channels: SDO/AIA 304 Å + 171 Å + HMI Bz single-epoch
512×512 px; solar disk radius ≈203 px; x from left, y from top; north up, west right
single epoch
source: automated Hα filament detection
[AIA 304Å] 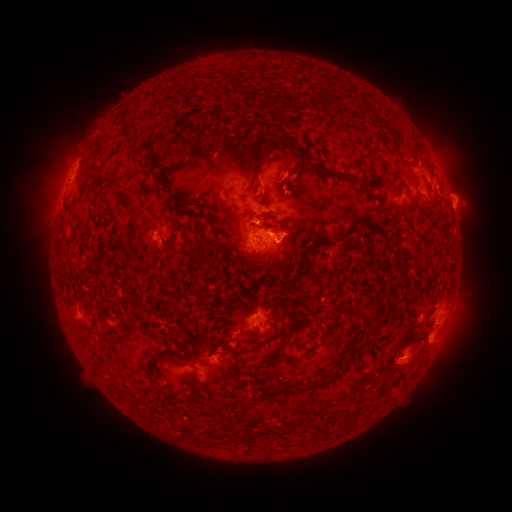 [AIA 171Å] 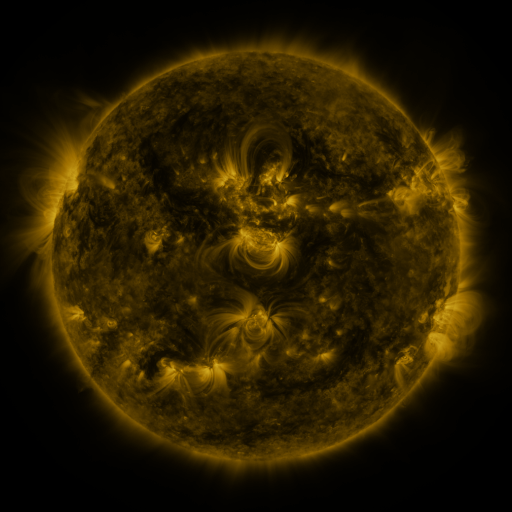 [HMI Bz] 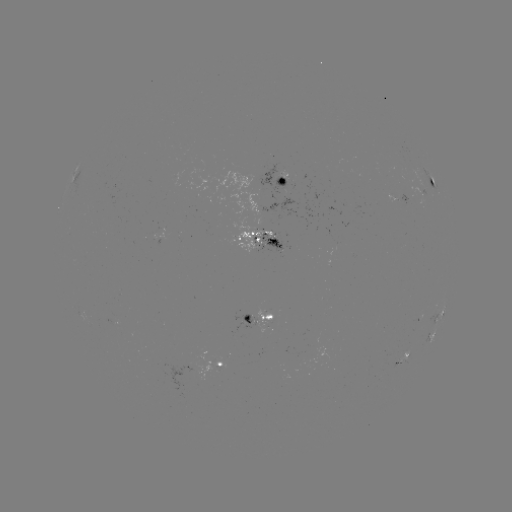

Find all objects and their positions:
filament: (263, 152)
filament: (288, 160)
filament: (343, 176)
filament: (180, 211)
filament: (210, 225)
filament: (304, 275)
filament: (175, 307)
filament: (246, 320)
filament: (289, 359)
filament: (323, 384)
